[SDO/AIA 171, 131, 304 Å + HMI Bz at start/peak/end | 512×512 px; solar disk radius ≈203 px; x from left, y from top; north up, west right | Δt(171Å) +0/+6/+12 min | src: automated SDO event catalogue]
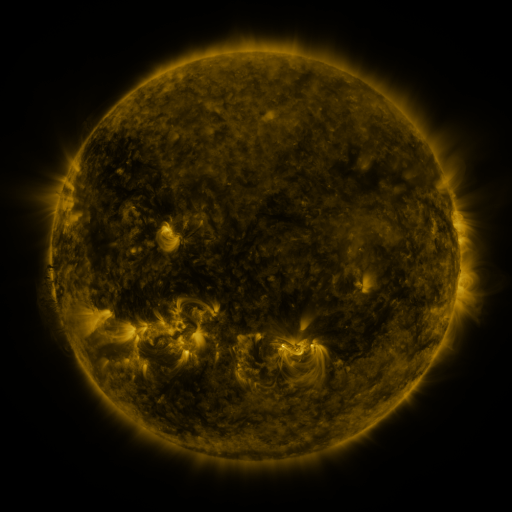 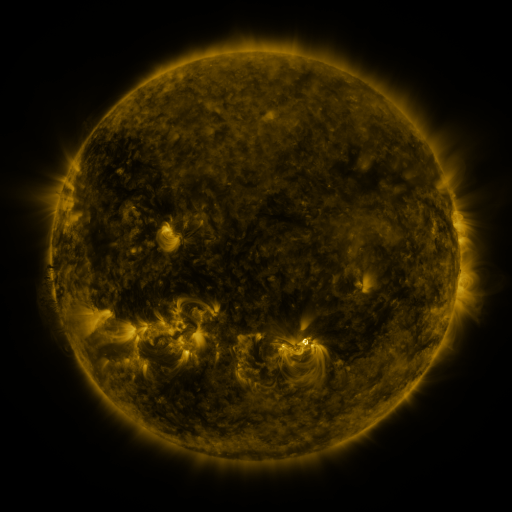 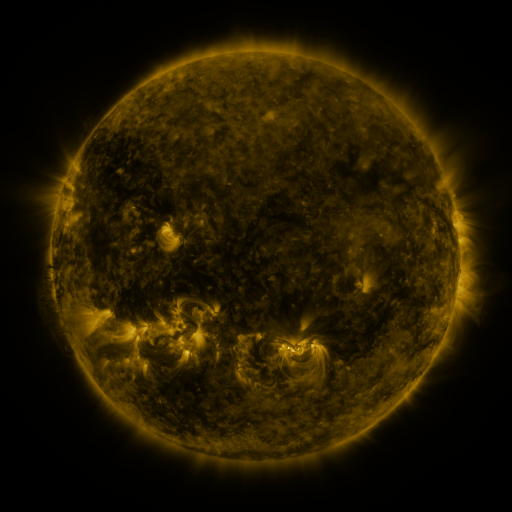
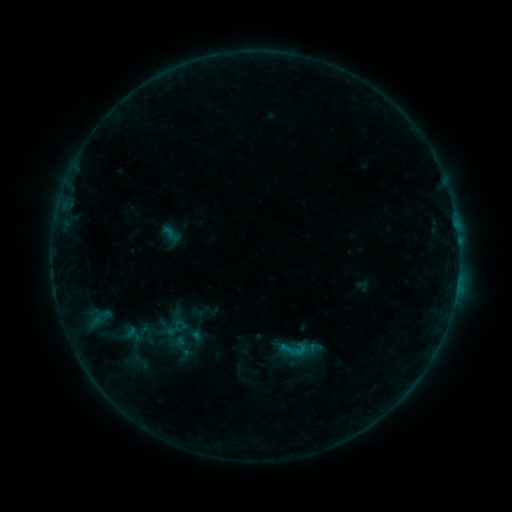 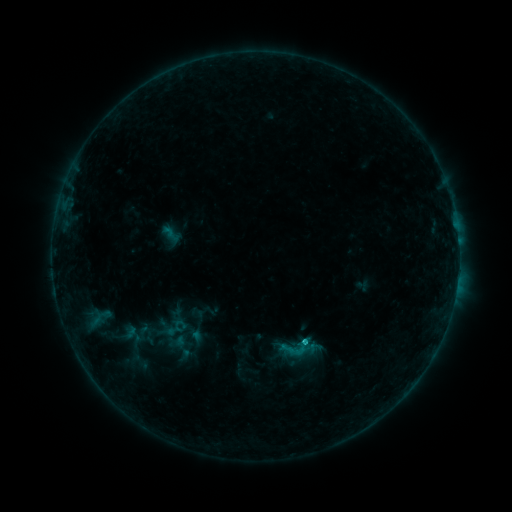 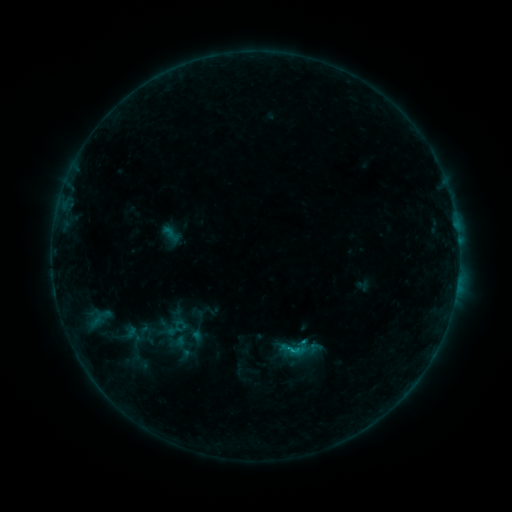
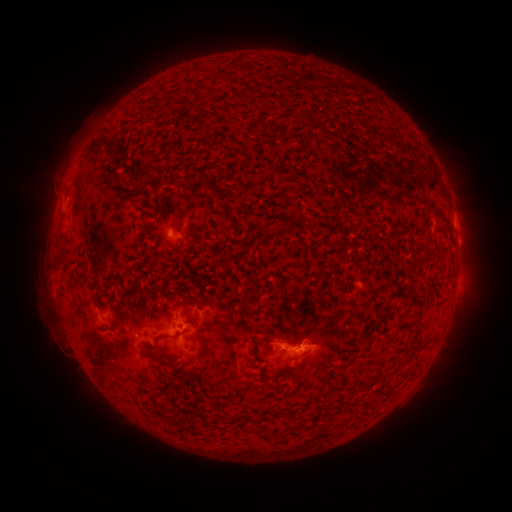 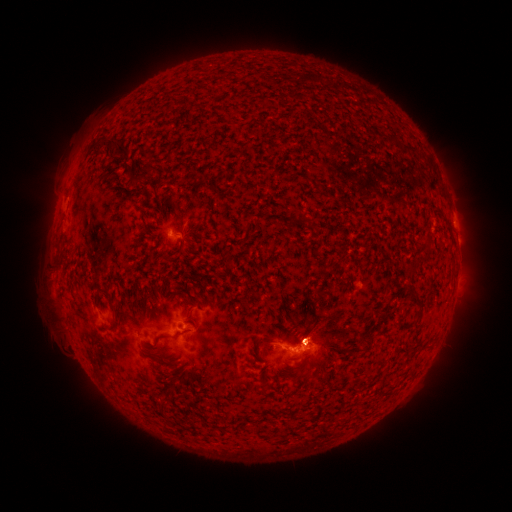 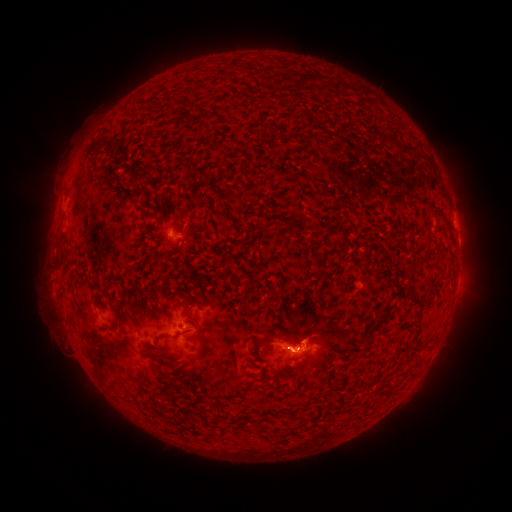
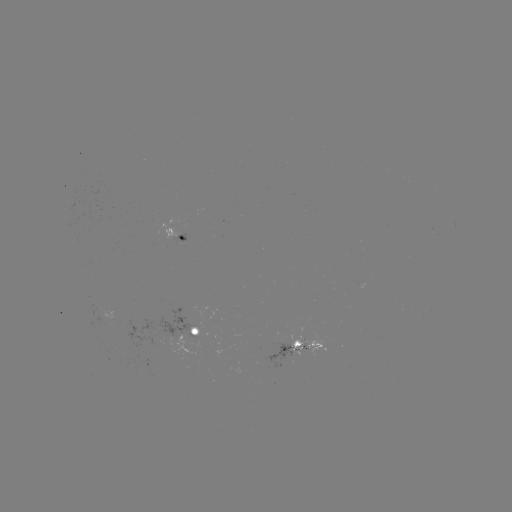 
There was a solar flare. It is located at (303, 338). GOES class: B8.0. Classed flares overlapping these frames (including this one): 1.